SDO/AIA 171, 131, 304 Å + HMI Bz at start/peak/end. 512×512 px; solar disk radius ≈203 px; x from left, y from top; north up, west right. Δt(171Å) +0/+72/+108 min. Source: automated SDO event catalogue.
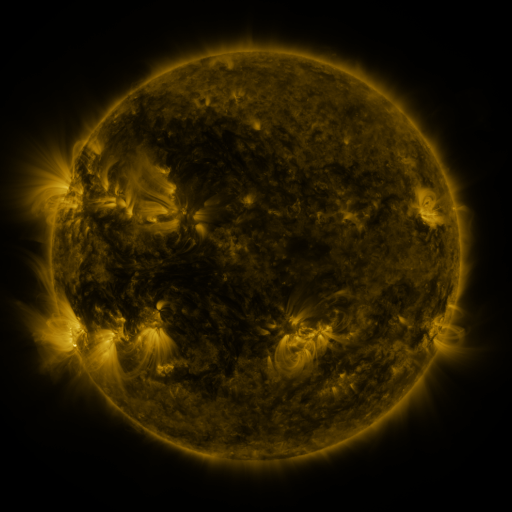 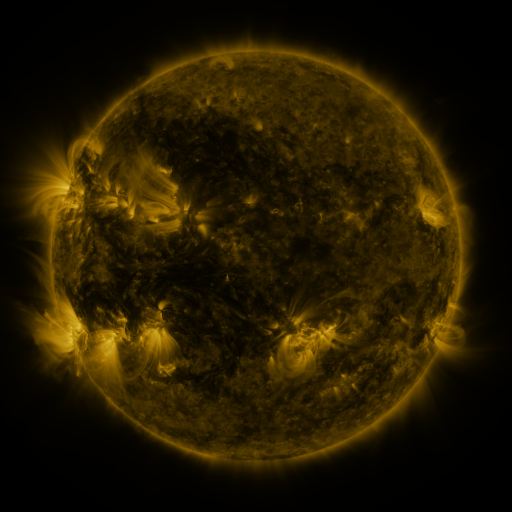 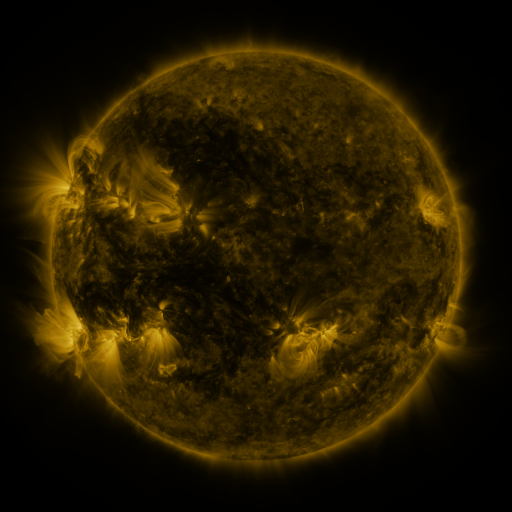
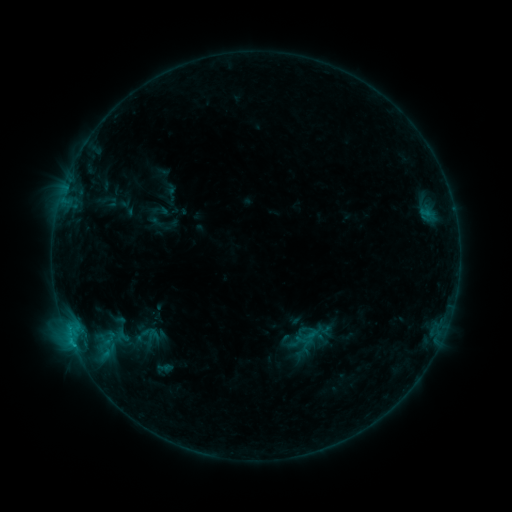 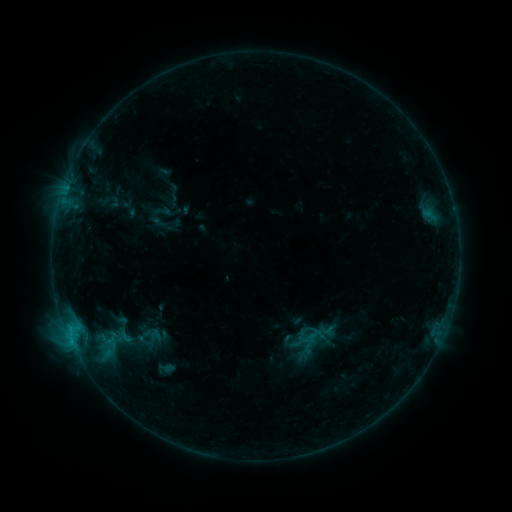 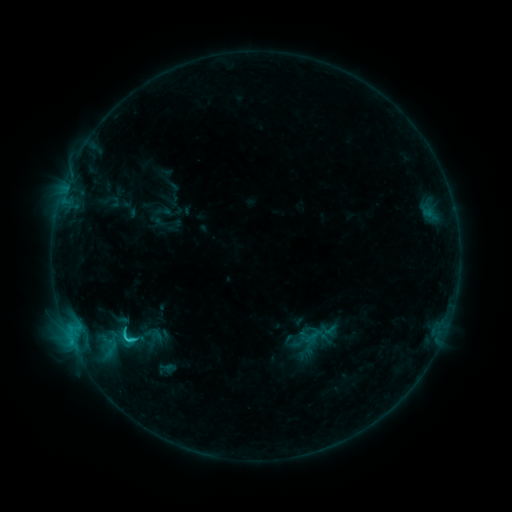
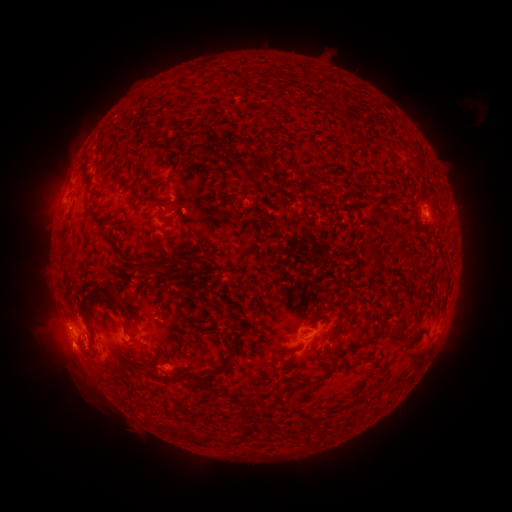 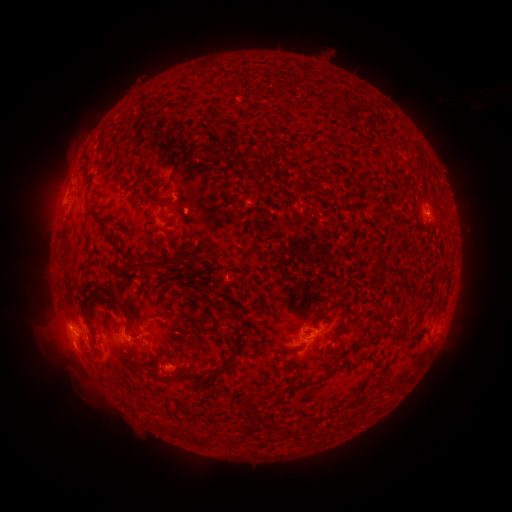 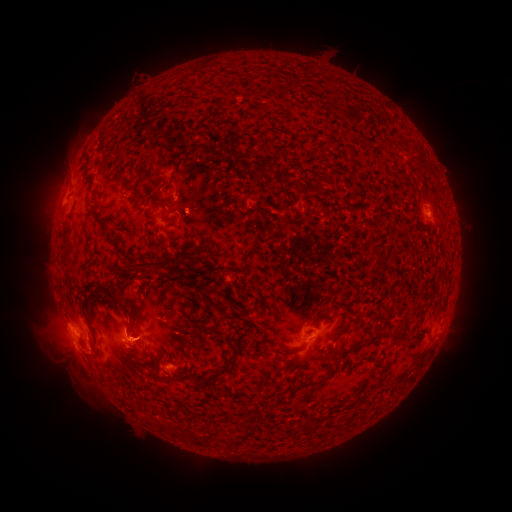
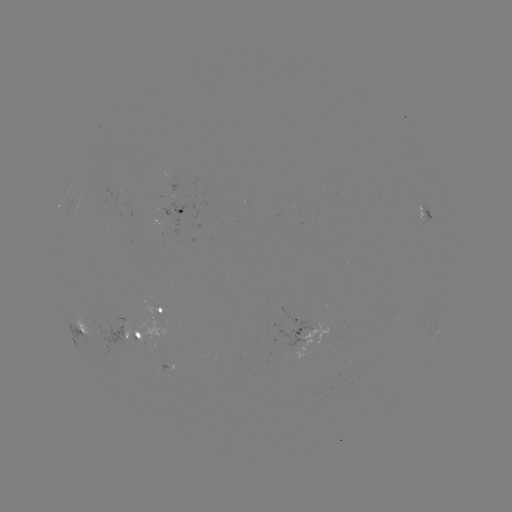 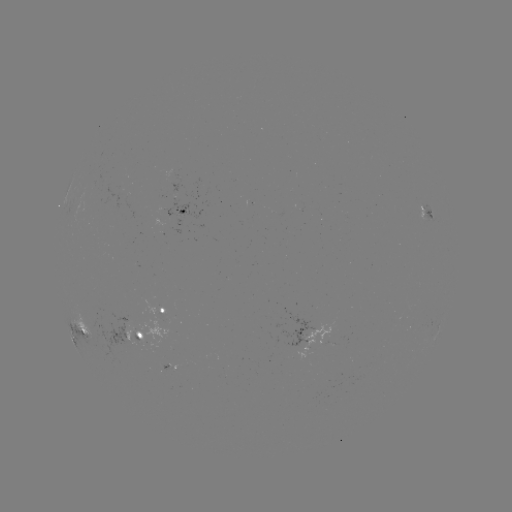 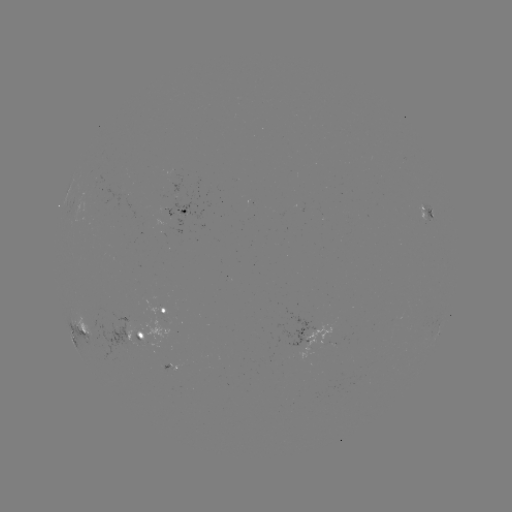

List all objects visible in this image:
emerging-flux region: (172, 208)
